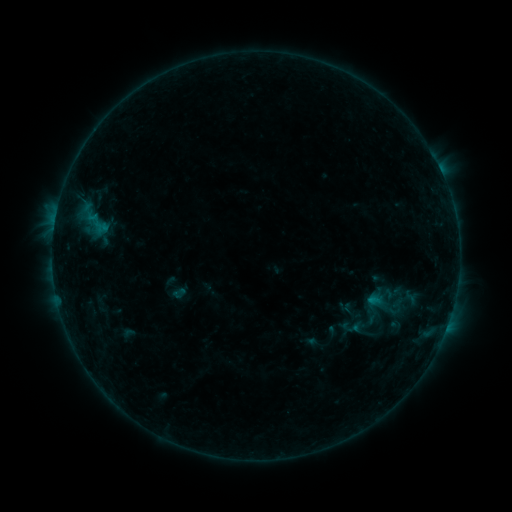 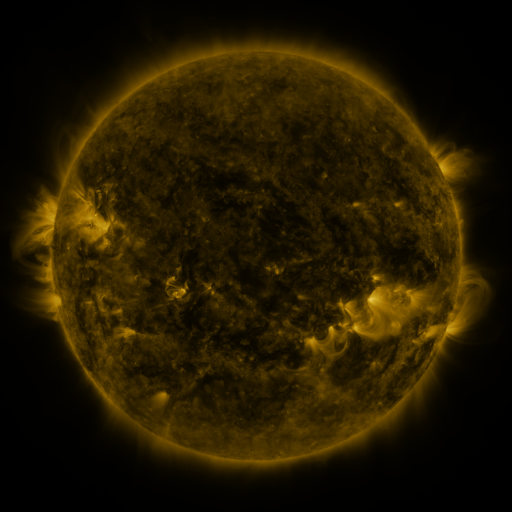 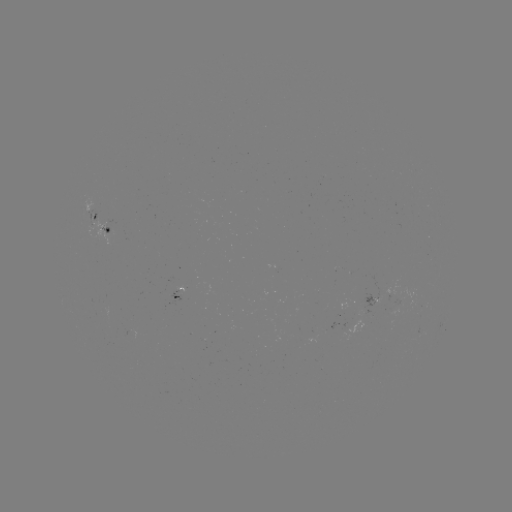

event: sigmoid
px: (381, 297)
